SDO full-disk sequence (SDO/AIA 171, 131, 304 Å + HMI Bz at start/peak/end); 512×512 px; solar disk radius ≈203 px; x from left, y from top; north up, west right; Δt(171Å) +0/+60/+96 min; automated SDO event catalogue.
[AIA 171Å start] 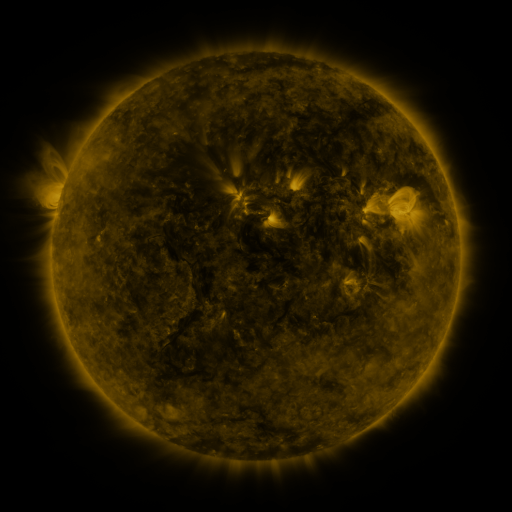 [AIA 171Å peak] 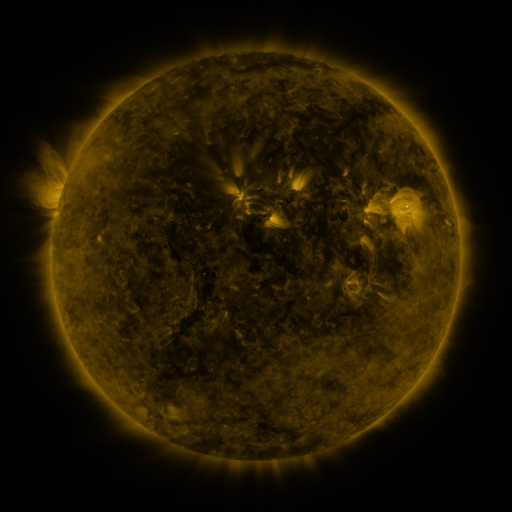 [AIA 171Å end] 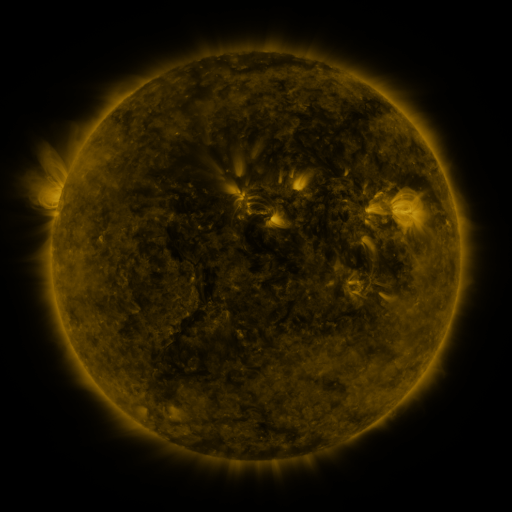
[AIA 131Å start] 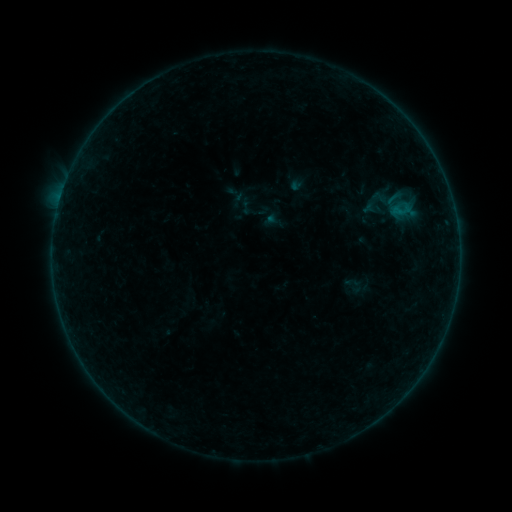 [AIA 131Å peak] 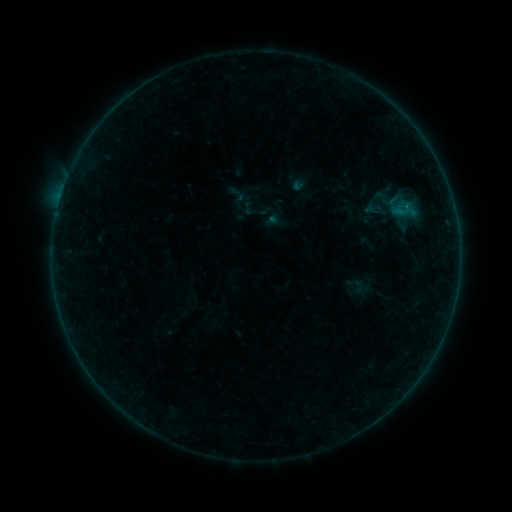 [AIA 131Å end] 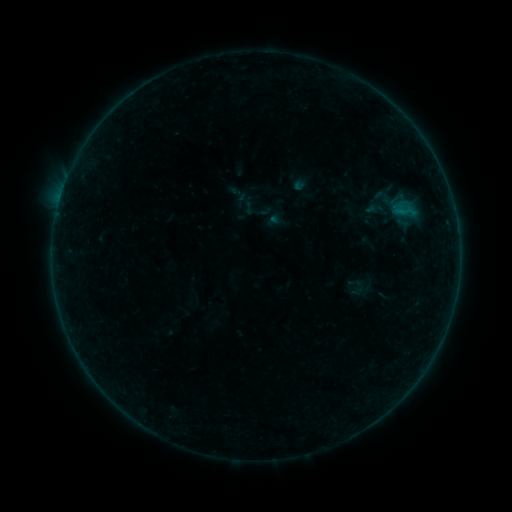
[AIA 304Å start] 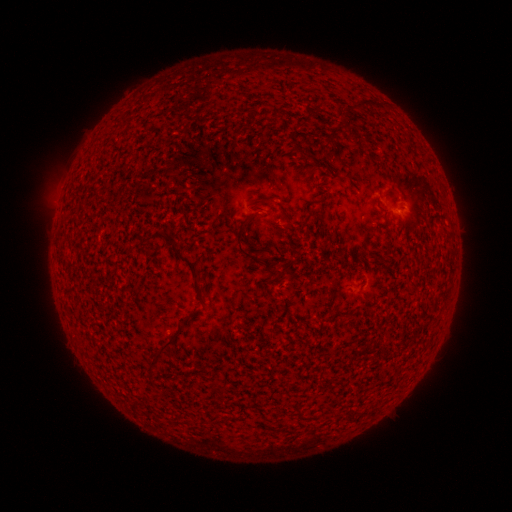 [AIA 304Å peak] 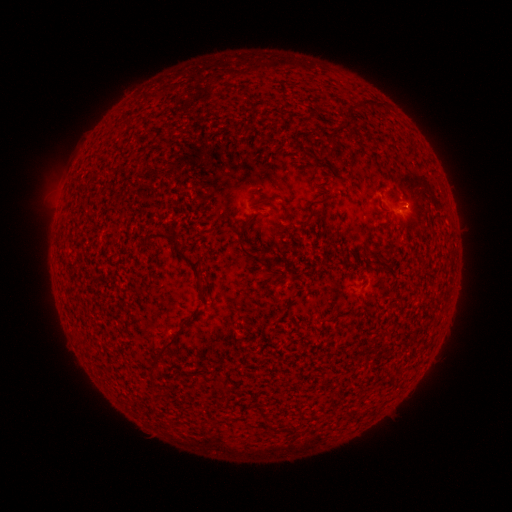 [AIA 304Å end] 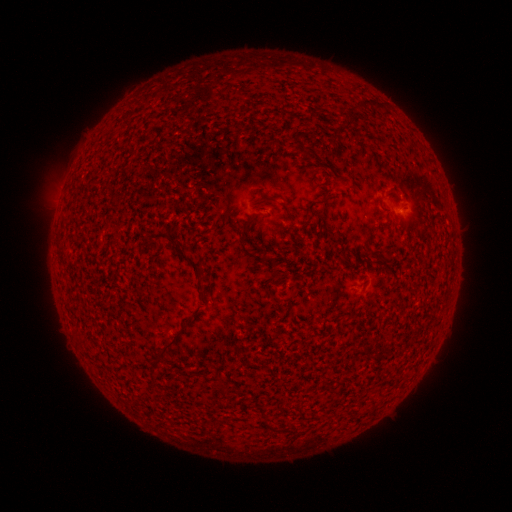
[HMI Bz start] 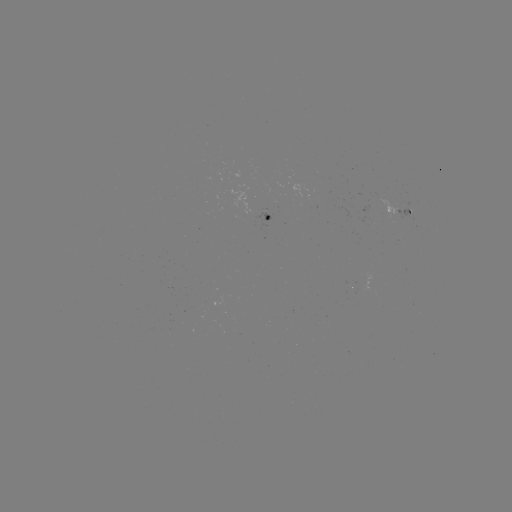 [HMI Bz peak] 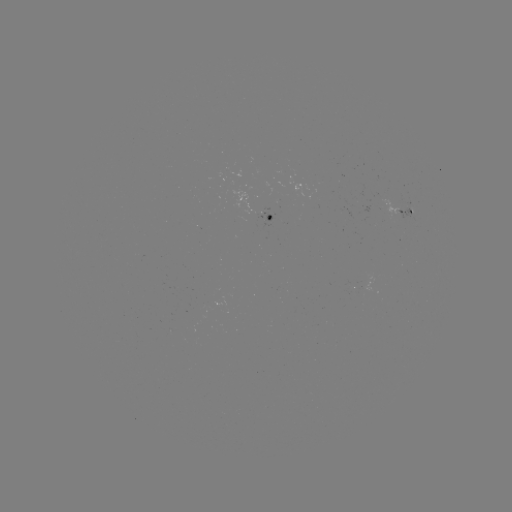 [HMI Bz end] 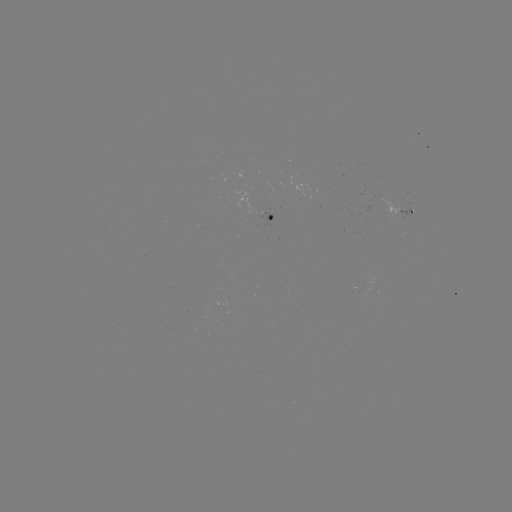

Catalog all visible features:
emerging-flux region: (381, 202)
